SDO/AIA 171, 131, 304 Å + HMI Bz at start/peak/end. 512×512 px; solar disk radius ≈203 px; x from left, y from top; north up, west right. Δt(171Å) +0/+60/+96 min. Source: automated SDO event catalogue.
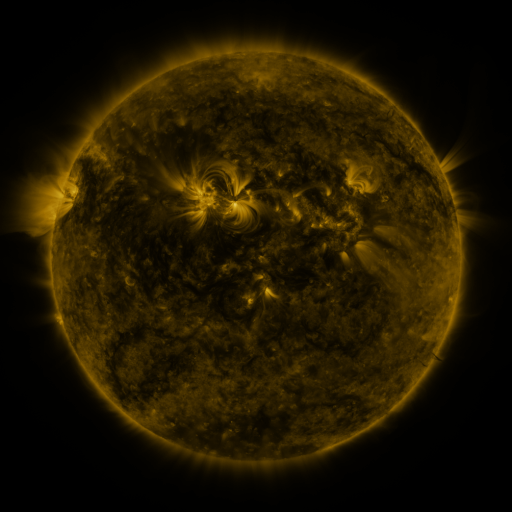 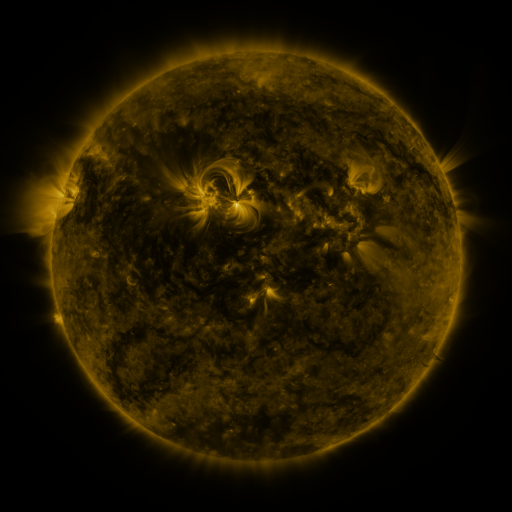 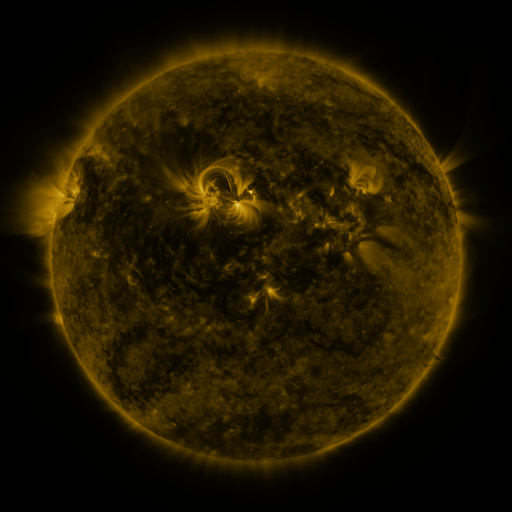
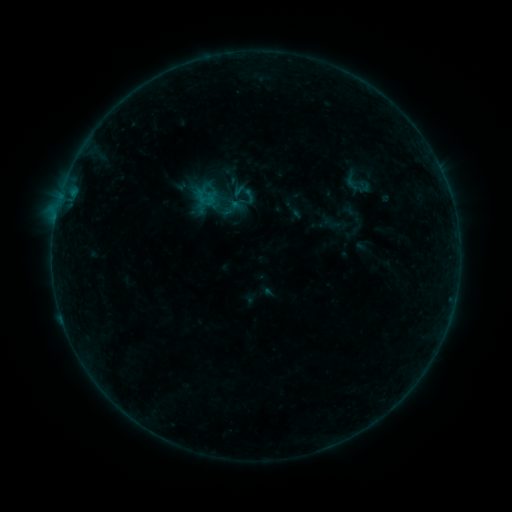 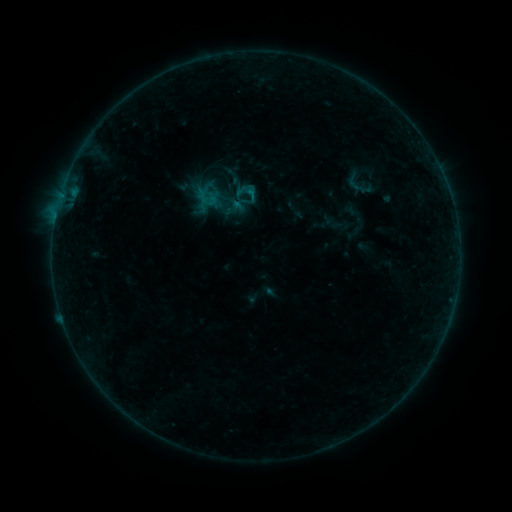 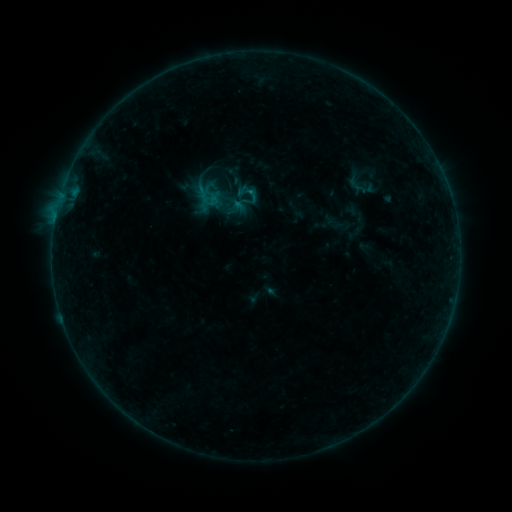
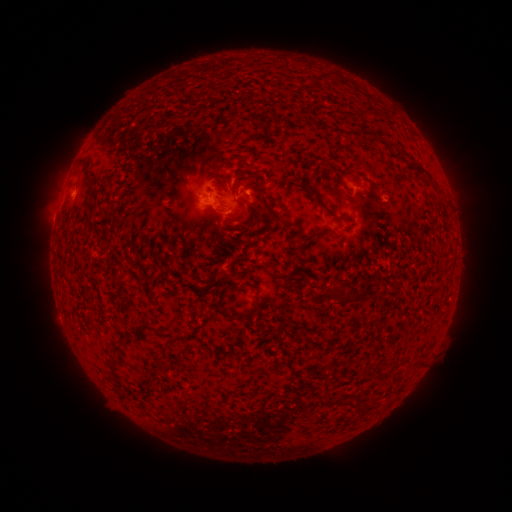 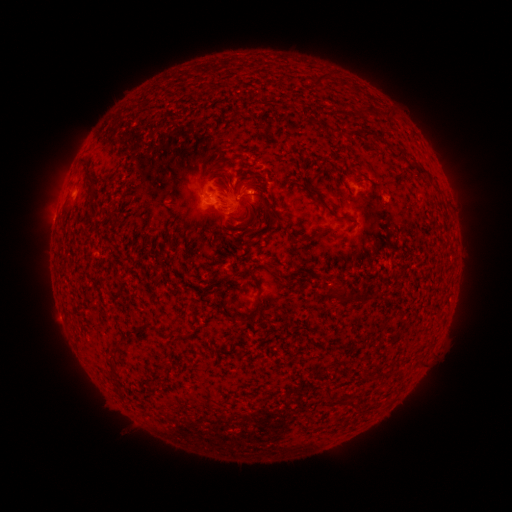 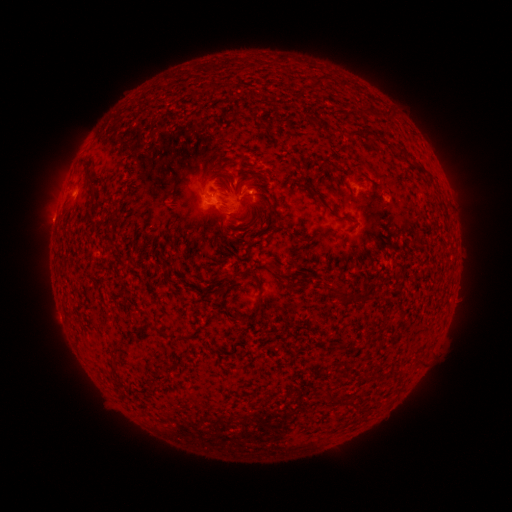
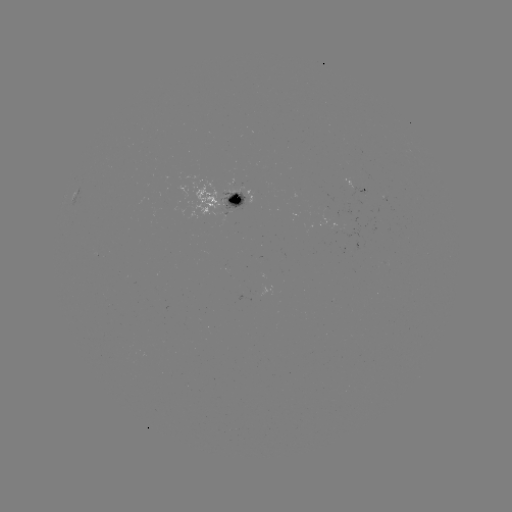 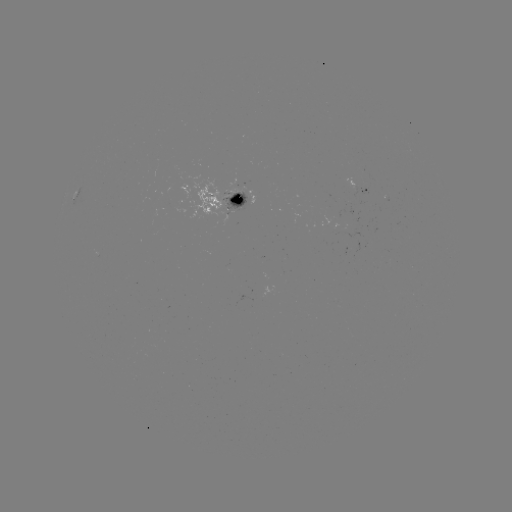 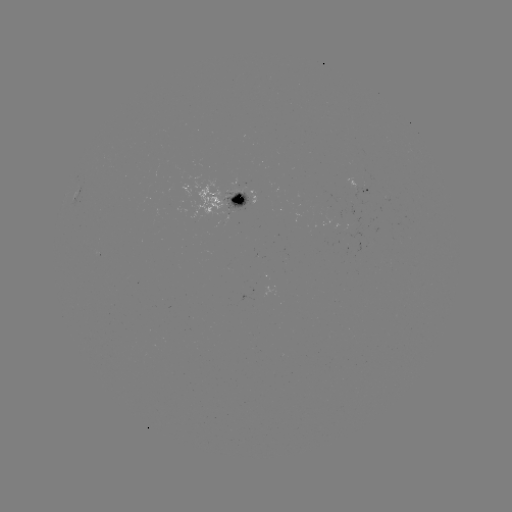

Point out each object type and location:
emerging-flux region: (353, 222)
